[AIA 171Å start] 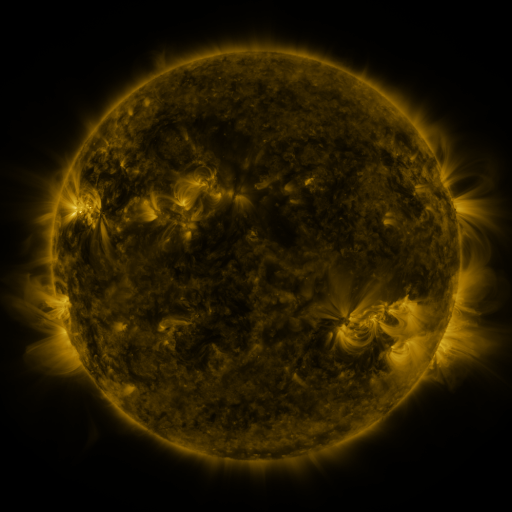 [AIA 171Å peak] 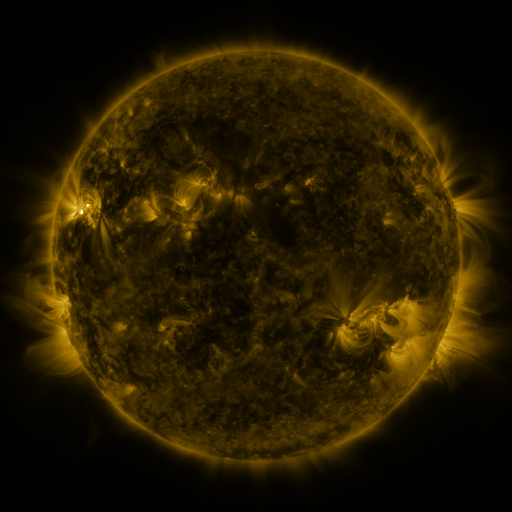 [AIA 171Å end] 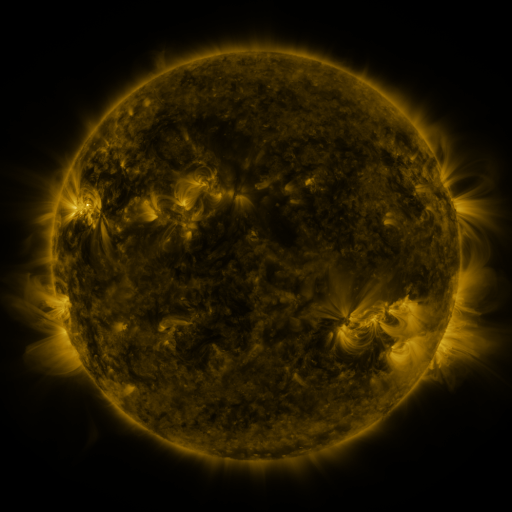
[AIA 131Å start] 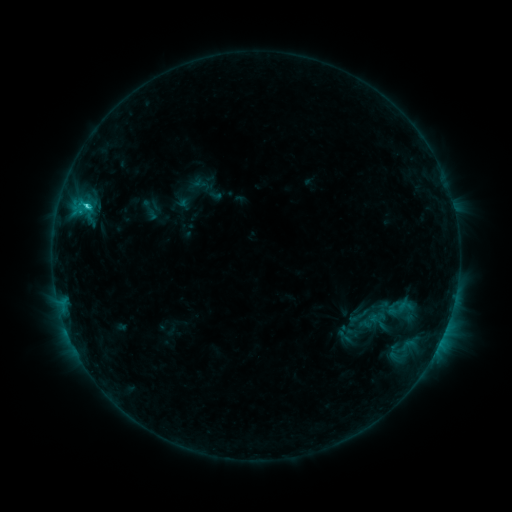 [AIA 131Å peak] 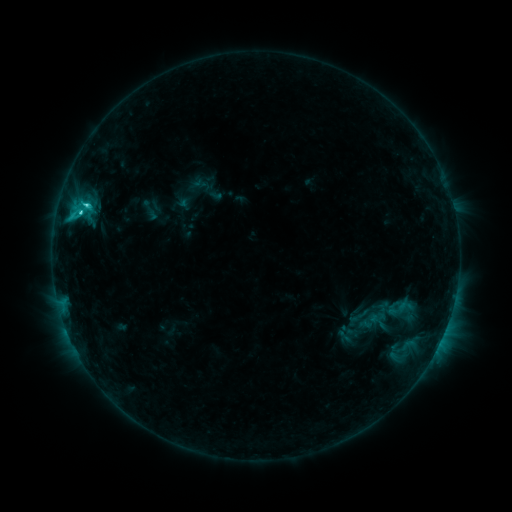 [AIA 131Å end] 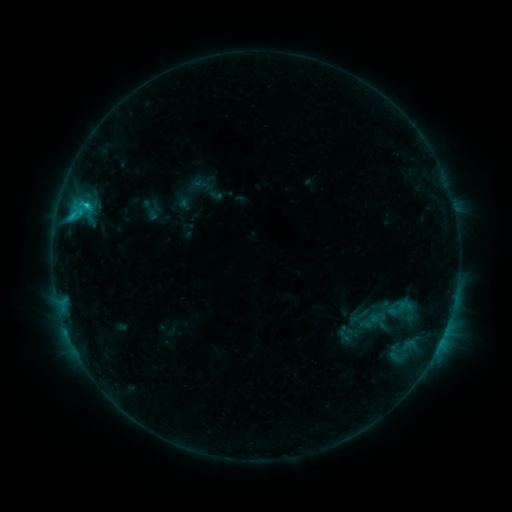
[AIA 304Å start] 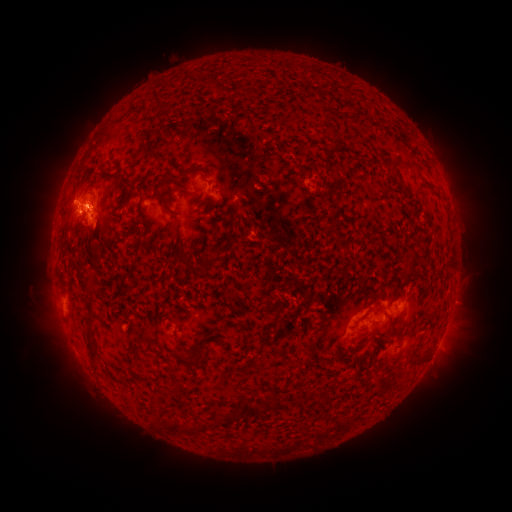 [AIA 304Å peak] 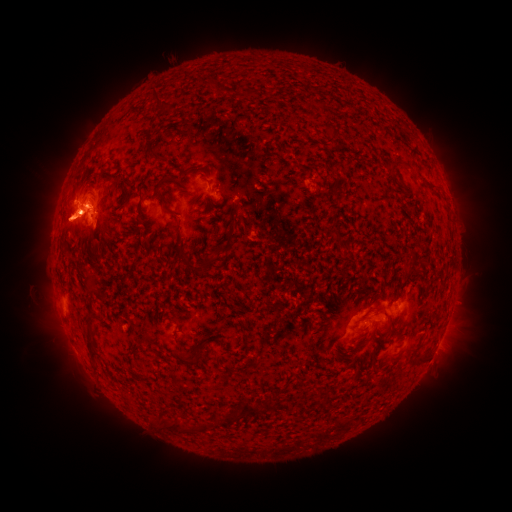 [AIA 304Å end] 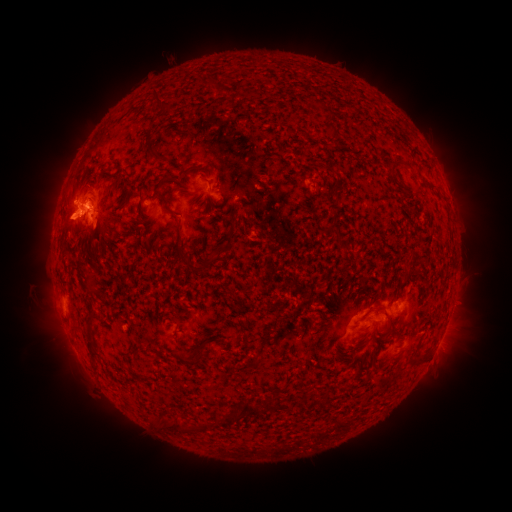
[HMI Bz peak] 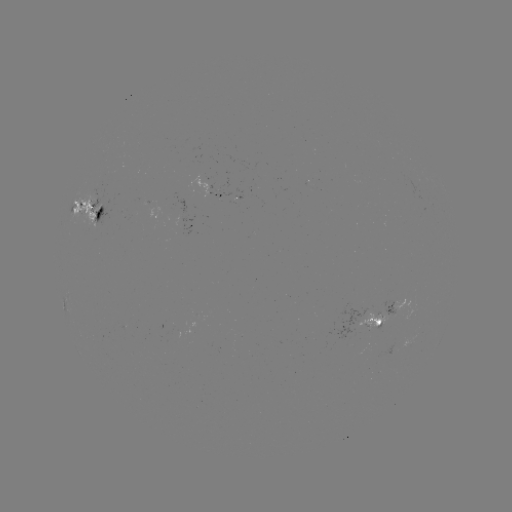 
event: eruption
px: (466, 194)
